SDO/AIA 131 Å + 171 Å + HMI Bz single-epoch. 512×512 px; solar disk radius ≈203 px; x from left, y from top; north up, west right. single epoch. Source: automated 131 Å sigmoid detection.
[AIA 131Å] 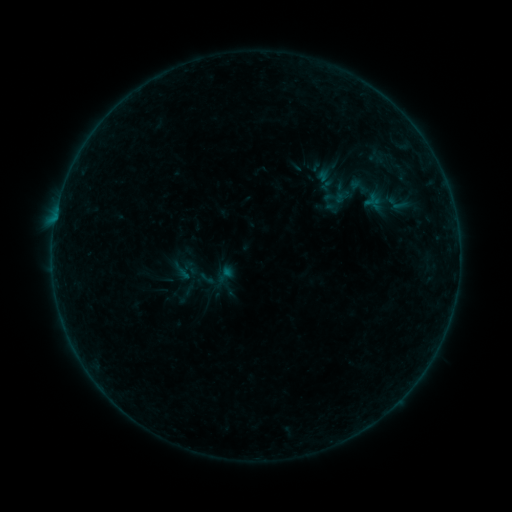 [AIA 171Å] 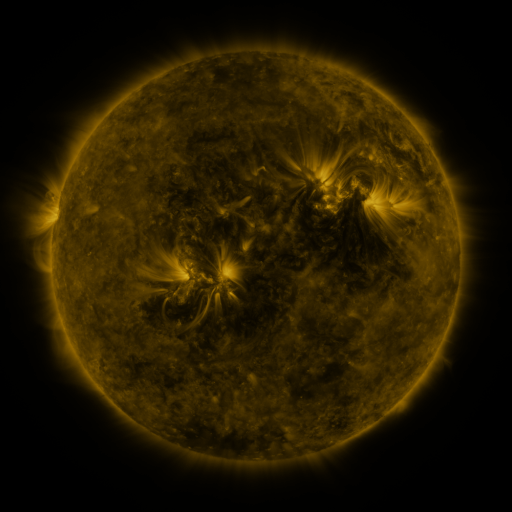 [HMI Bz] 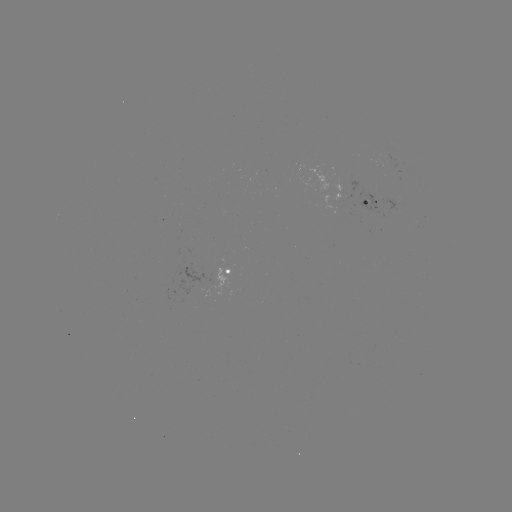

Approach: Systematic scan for sigmoid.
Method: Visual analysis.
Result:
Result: sigmoid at (360, 186).